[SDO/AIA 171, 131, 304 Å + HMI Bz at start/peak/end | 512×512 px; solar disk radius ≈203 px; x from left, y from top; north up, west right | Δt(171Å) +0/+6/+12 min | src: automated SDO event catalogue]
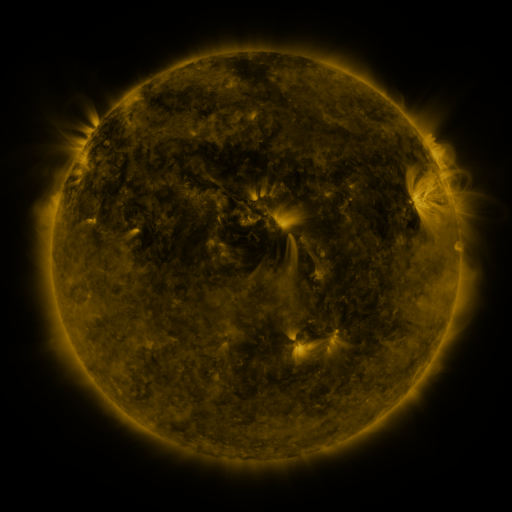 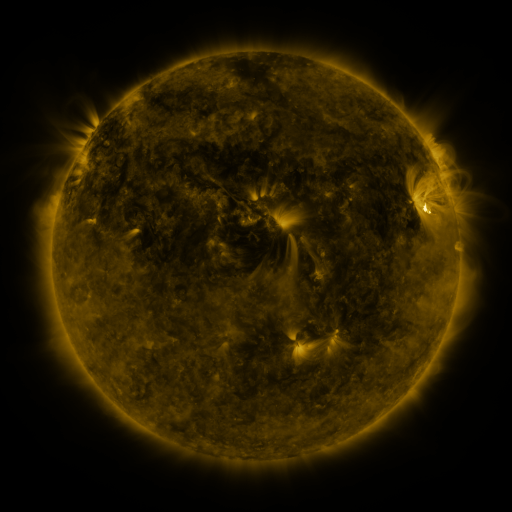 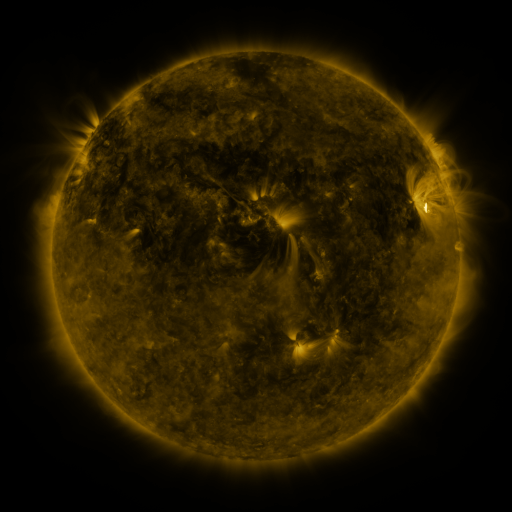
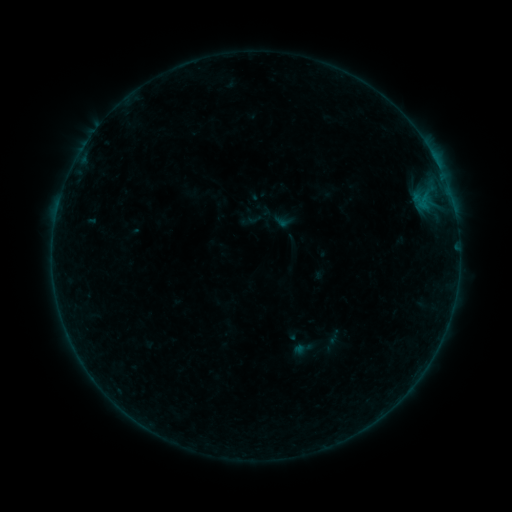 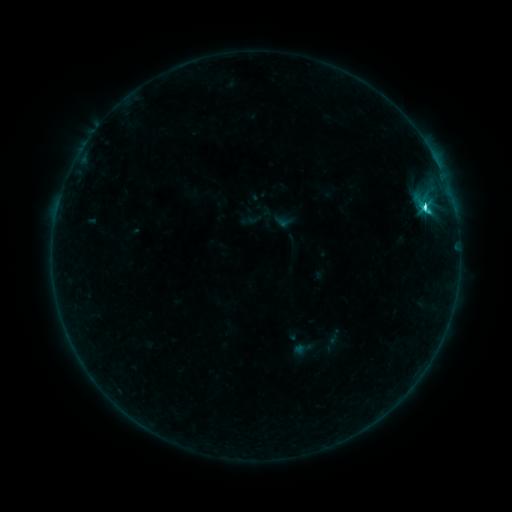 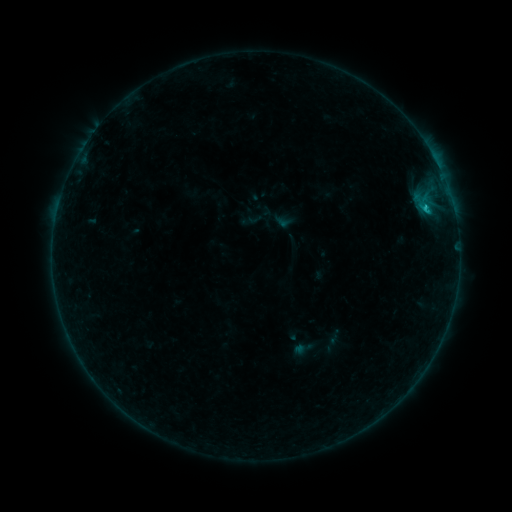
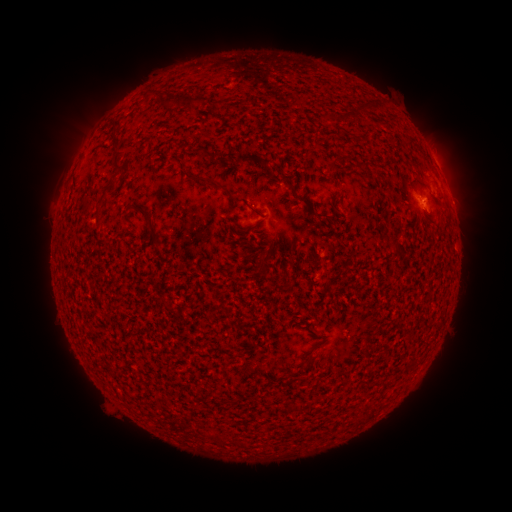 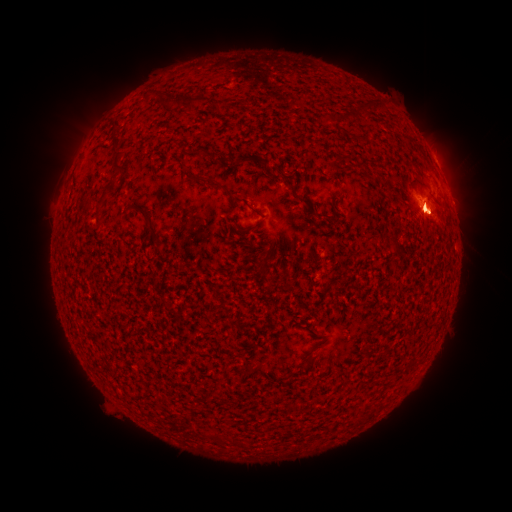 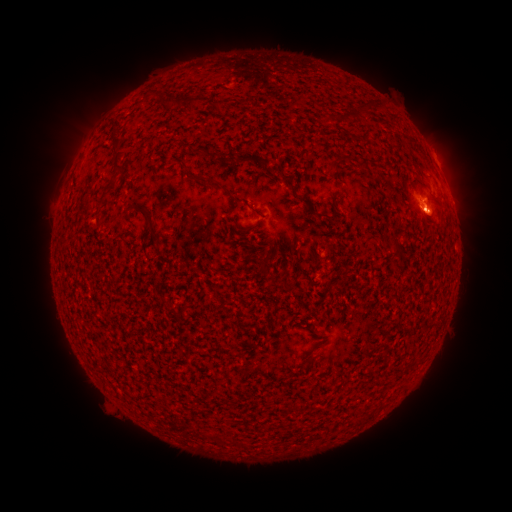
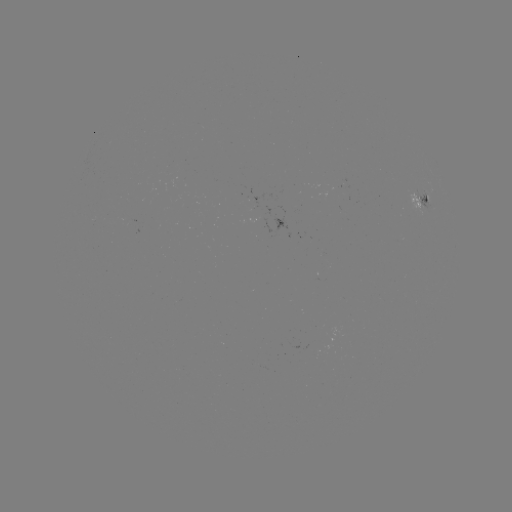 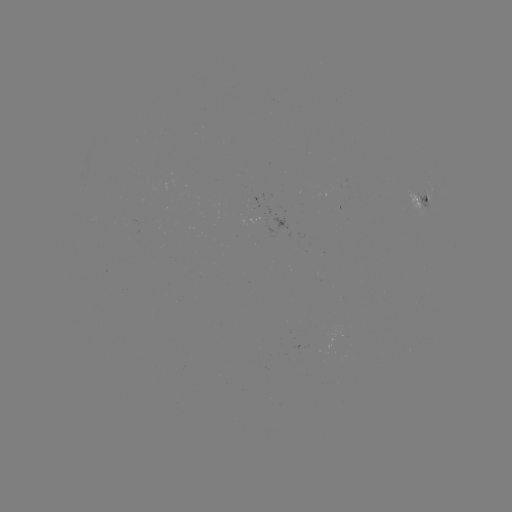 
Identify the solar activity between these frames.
C2.5 flare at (422, 209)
